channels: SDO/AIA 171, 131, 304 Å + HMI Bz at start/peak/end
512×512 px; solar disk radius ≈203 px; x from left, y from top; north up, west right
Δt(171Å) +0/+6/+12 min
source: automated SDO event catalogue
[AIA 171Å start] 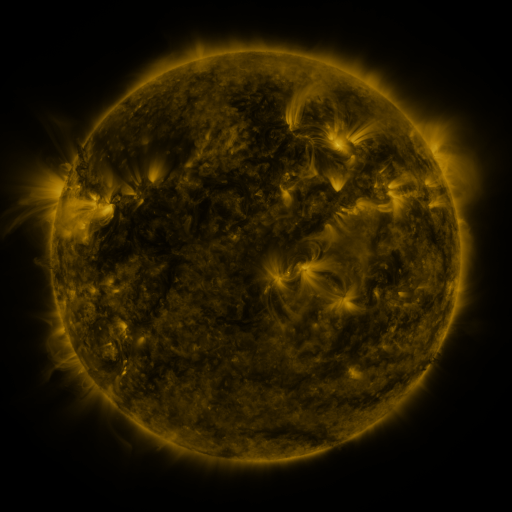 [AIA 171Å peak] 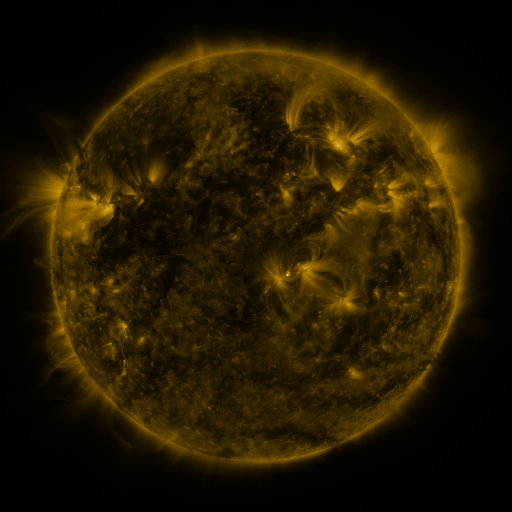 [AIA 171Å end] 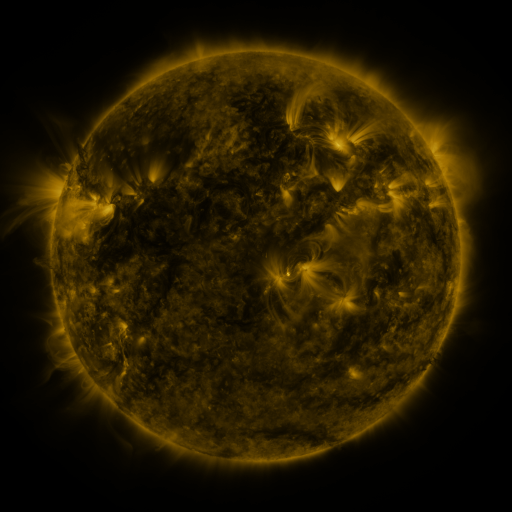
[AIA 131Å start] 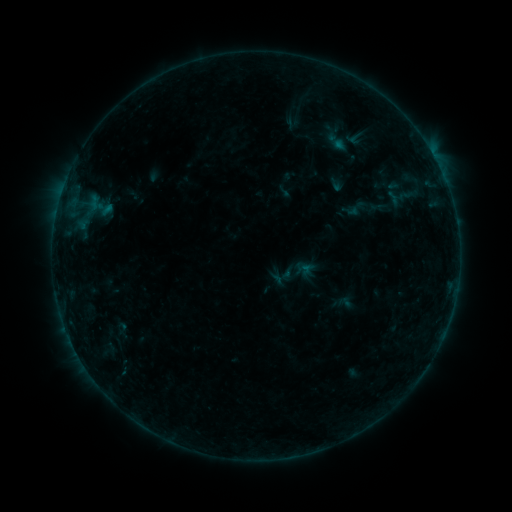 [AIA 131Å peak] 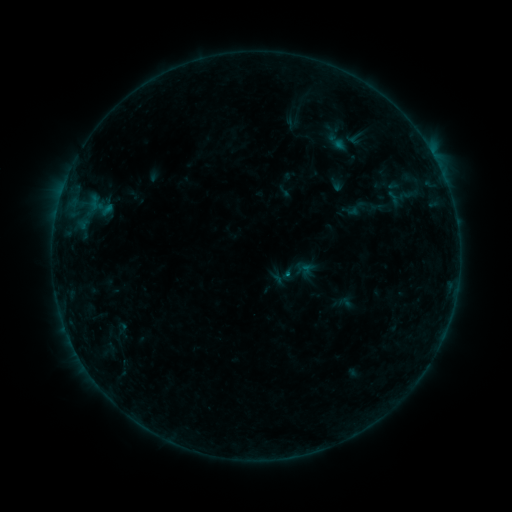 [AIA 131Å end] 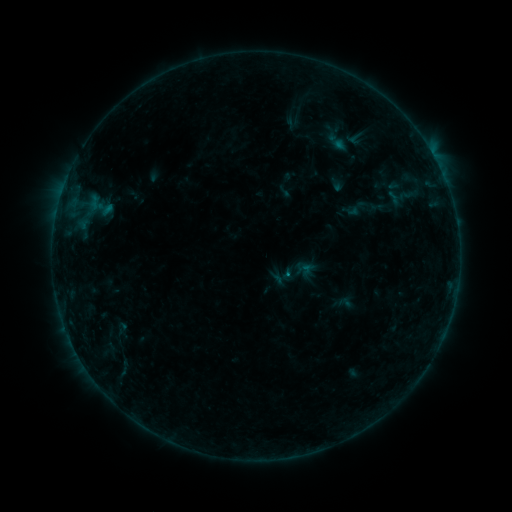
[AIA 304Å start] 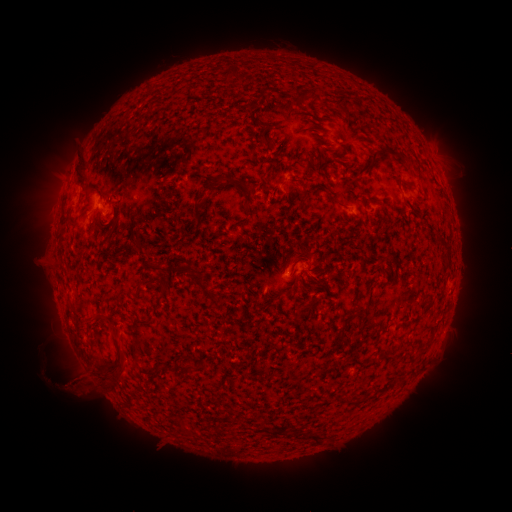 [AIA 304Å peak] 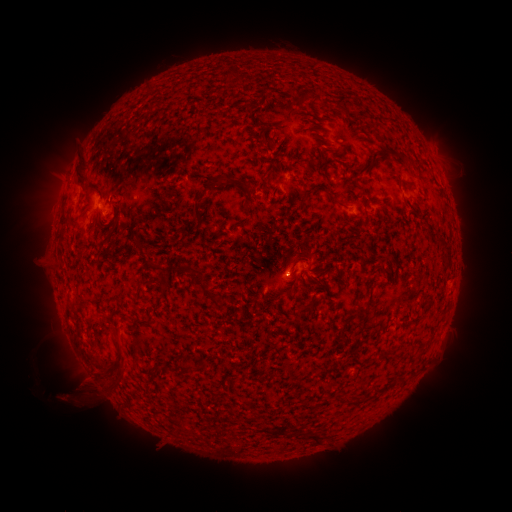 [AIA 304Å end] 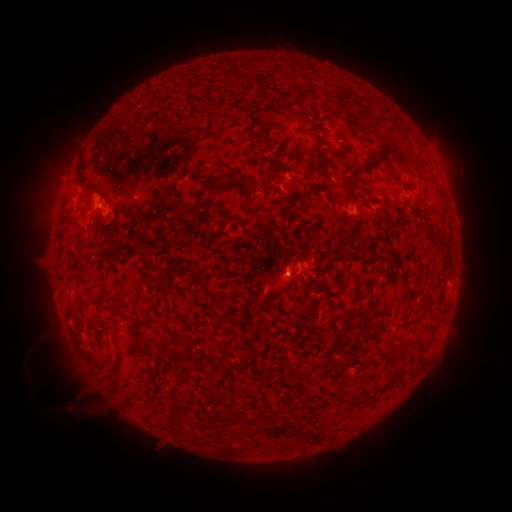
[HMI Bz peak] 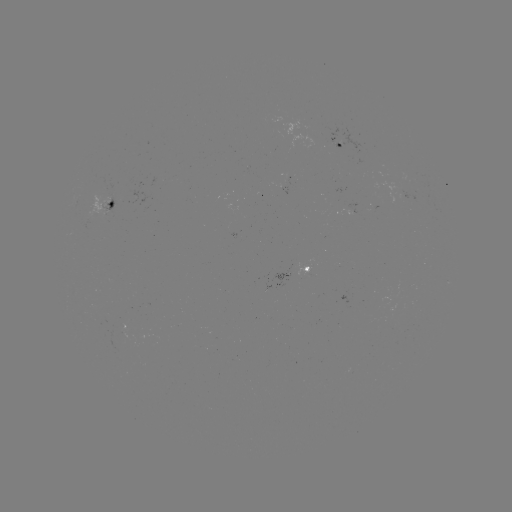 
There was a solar flare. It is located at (287, 274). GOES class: B2.6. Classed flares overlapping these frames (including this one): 1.